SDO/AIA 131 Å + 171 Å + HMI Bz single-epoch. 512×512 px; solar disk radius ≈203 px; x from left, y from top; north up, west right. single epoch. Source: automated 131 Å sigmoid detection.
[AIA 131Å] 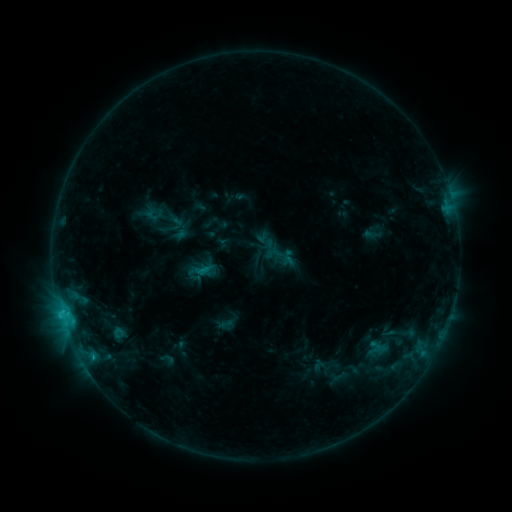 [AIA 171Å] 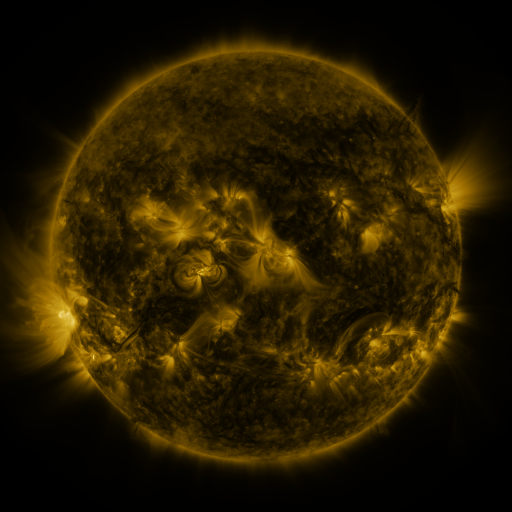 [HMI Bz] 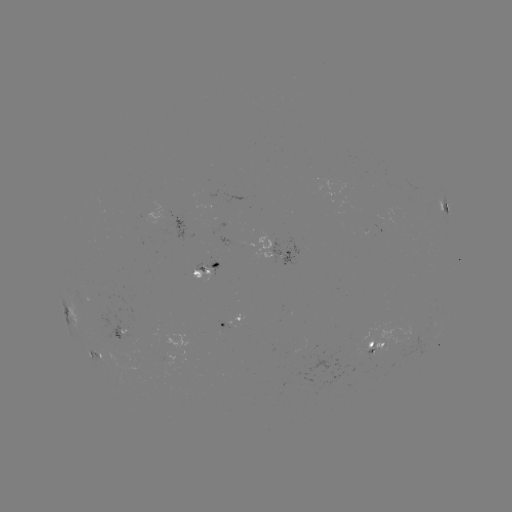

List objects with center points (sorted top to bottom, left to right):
sigmoid: <bbox>182, 258, 209, 286</bbox>
